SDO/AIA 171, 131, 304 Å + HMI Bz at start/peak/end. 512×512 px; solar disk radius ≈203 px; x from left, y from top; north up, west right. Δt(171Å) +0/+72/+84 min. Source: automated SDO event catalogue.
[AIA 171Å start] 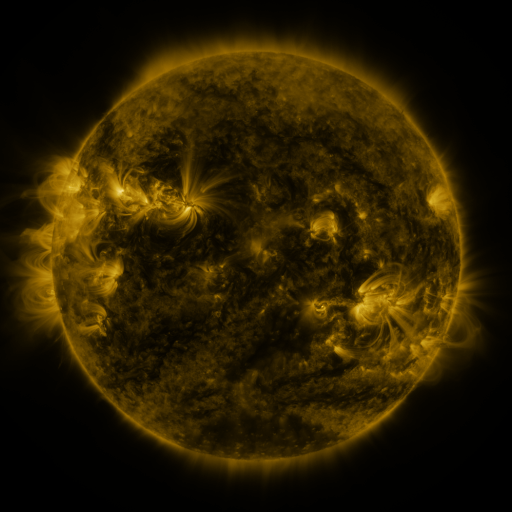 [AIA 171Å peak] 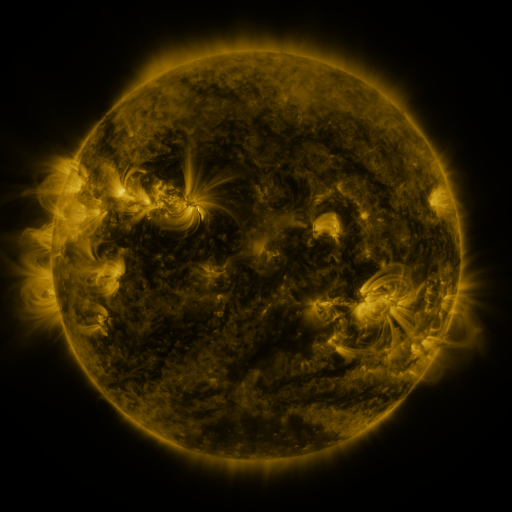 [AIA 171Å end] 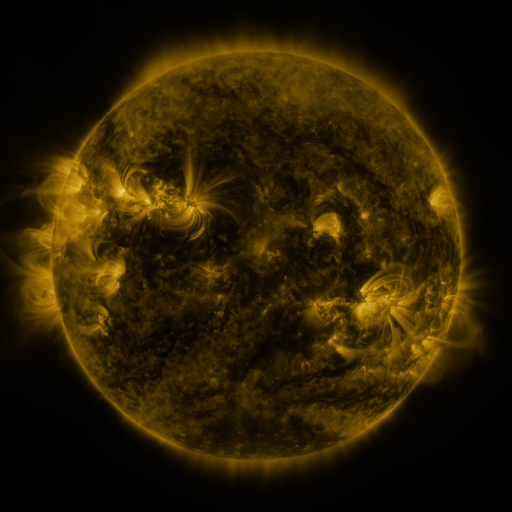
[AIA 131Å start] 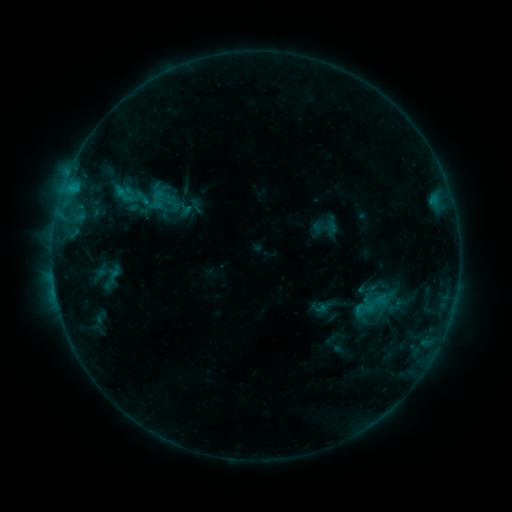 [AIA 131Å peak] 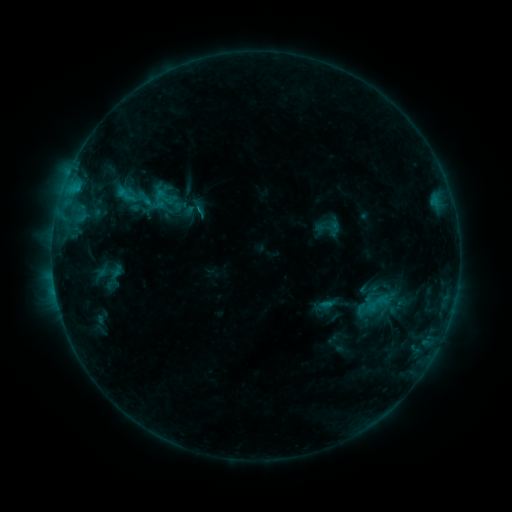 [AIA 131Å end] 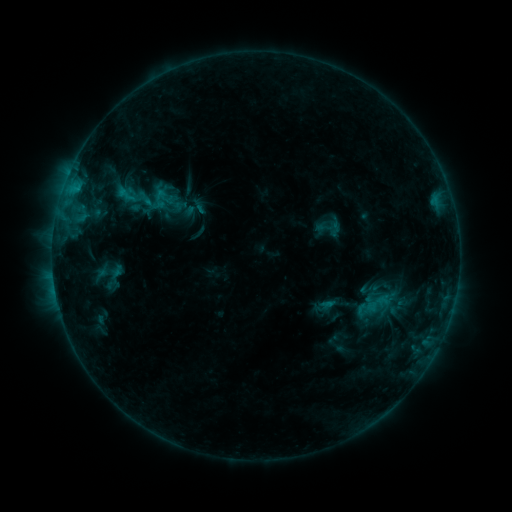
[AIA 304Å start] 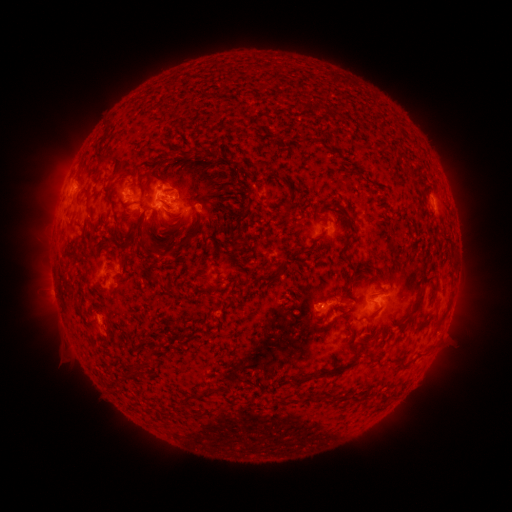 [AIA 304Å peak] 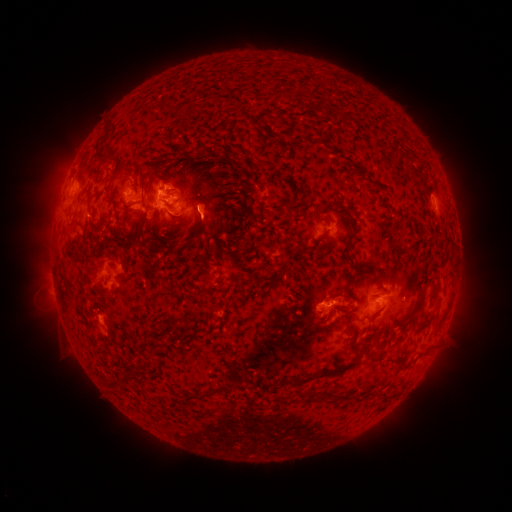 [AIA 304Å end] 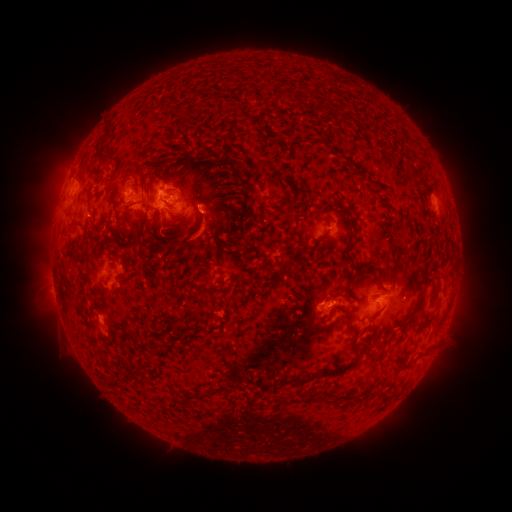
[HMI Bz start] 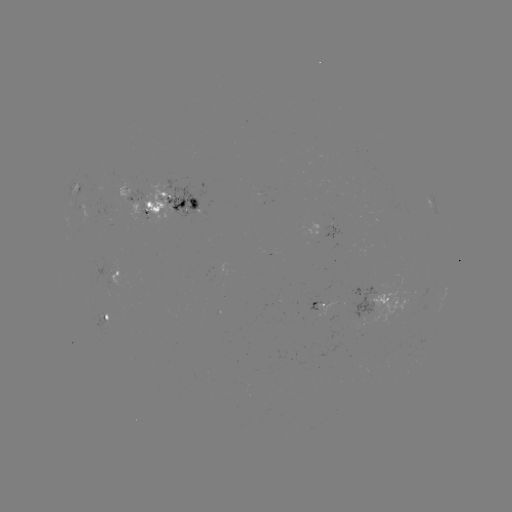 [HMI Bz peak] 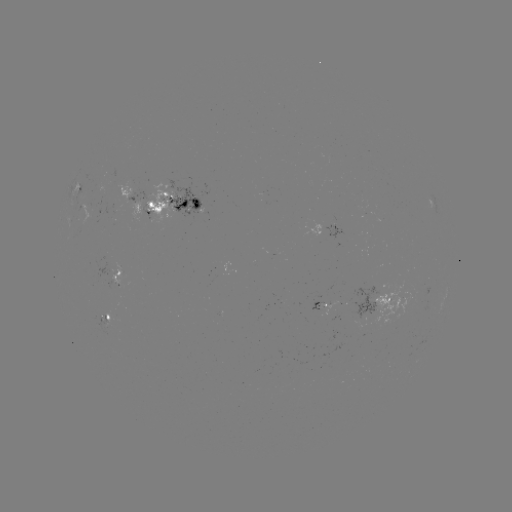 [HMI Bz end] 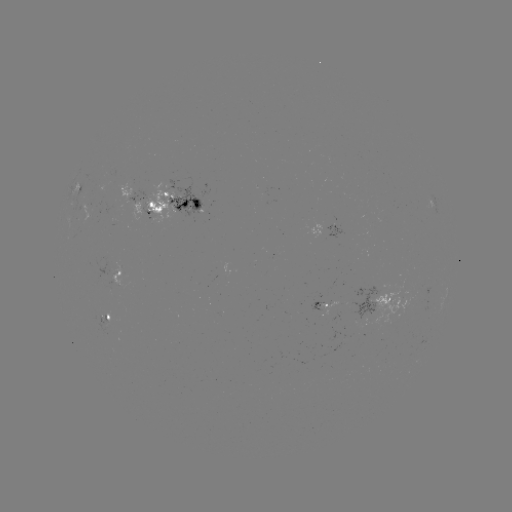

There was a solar emerging-flux region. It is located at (187, 206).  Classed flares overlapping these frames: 1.